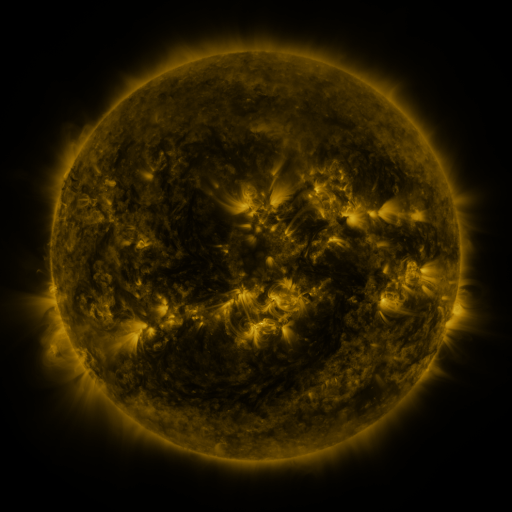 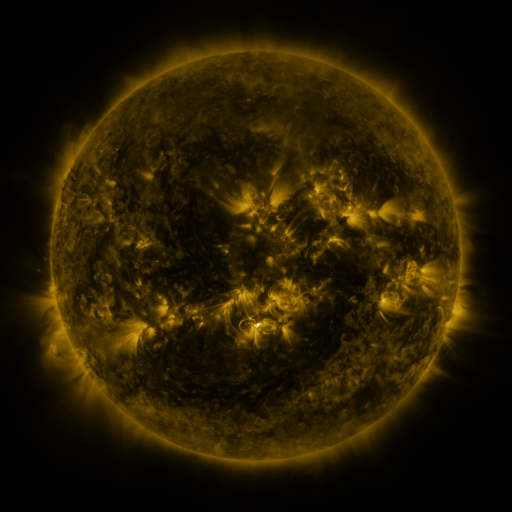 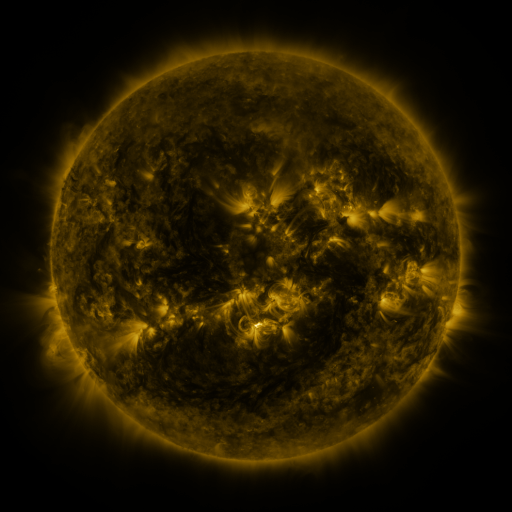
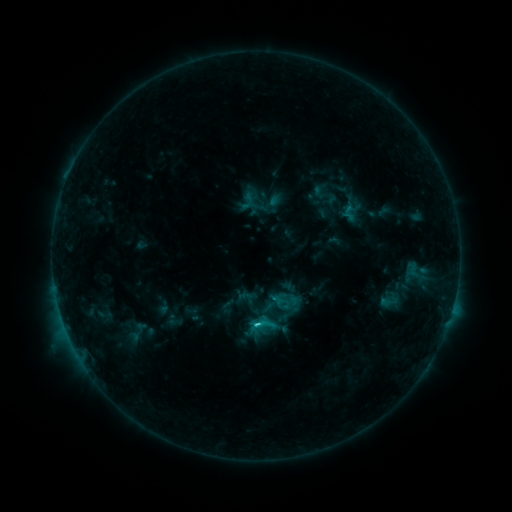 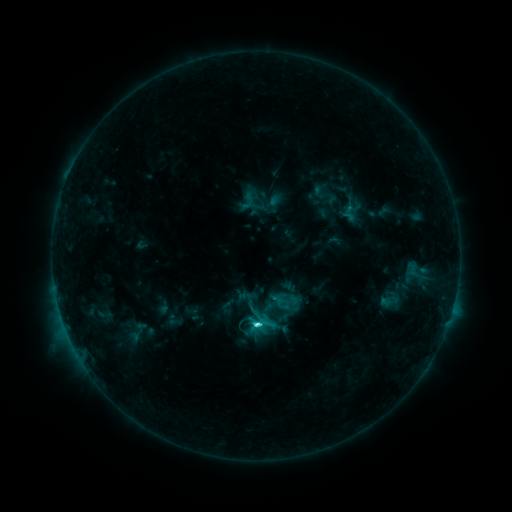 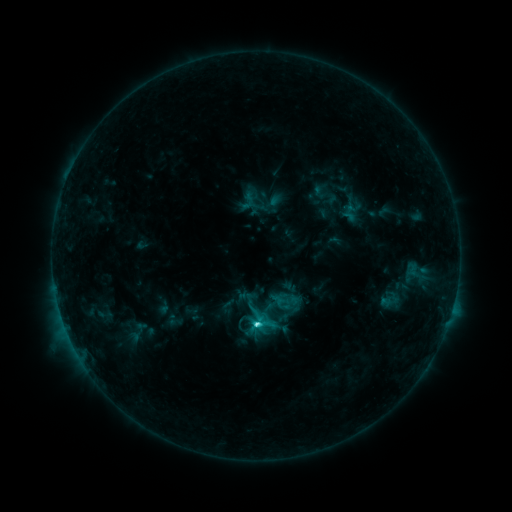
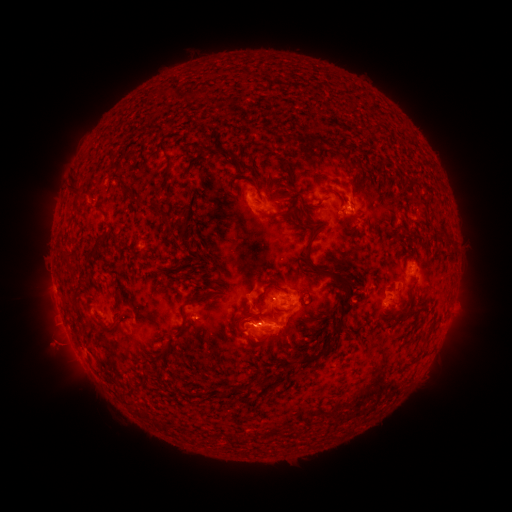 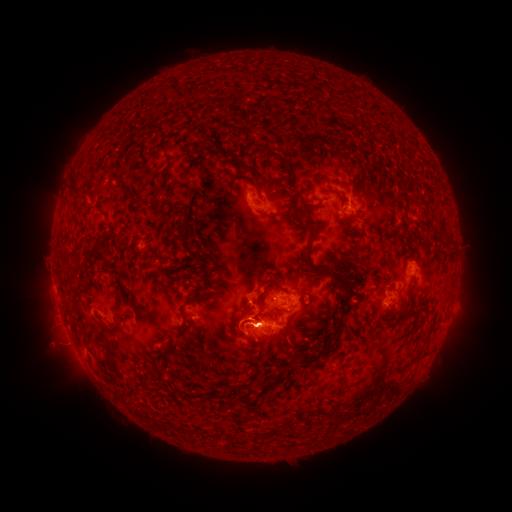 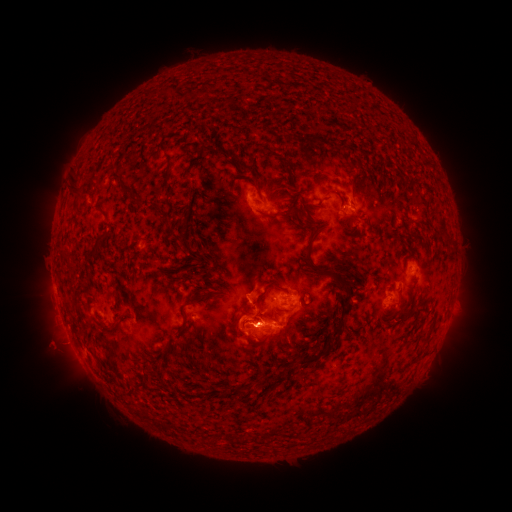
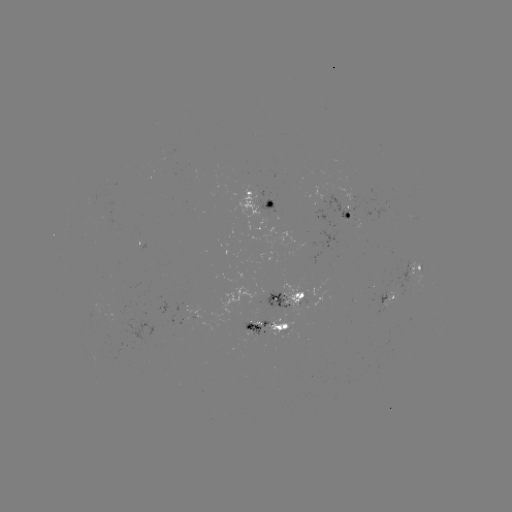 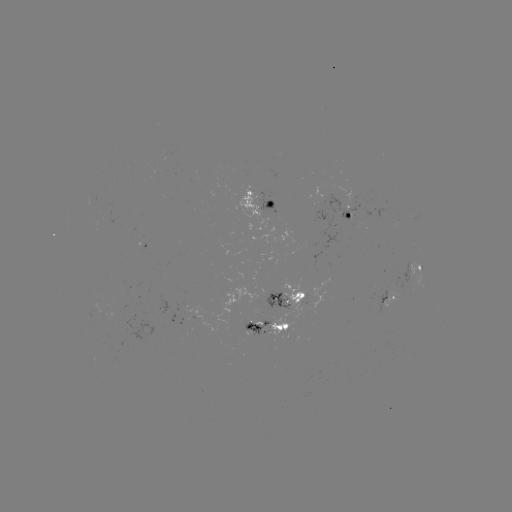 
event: flare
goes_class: C3.7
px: (256, 323)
